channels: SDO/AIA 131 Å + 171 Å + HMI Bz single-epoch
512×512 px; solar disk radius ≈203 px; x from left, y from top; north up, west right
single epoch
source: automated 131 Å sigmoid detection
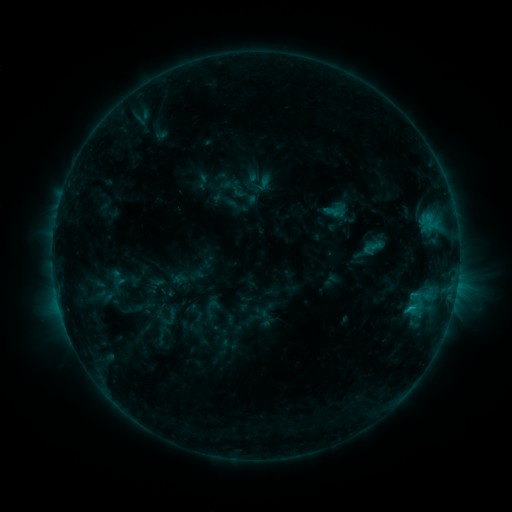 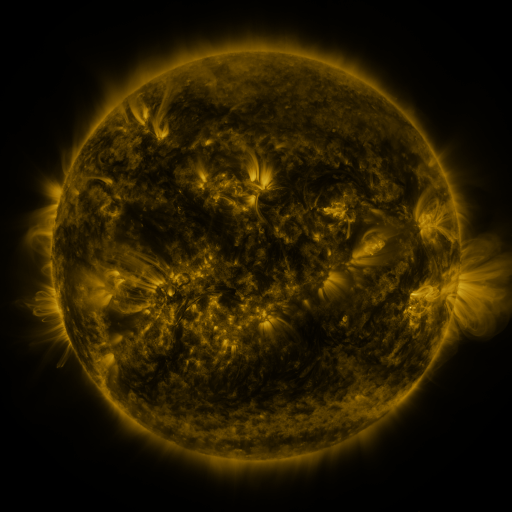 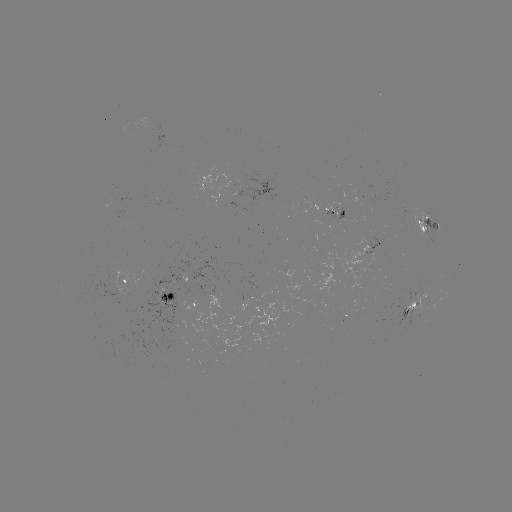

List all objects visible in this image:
sigmoid: <bbox>361, 237, 382, 259</bbox>
